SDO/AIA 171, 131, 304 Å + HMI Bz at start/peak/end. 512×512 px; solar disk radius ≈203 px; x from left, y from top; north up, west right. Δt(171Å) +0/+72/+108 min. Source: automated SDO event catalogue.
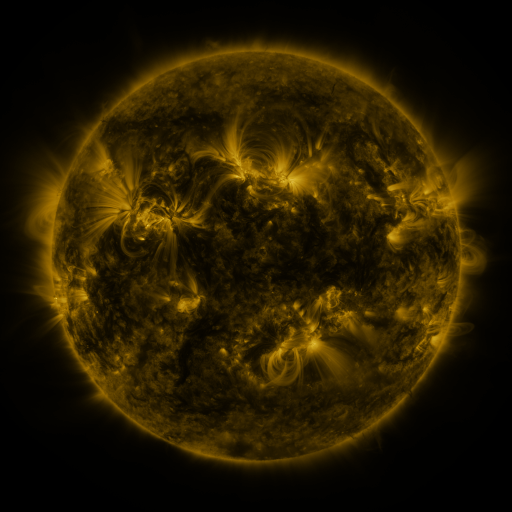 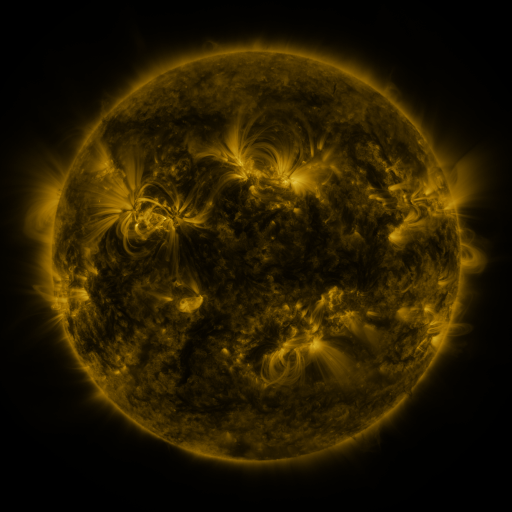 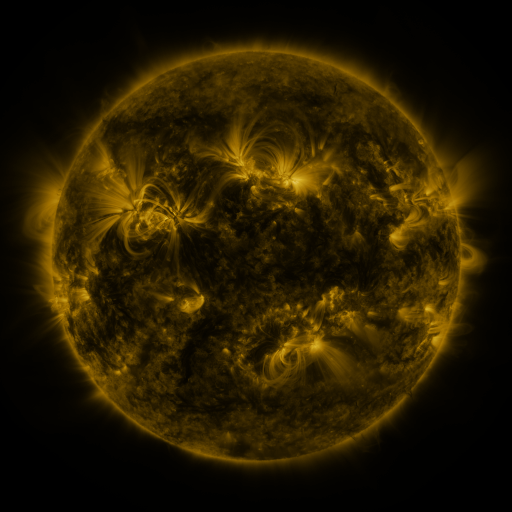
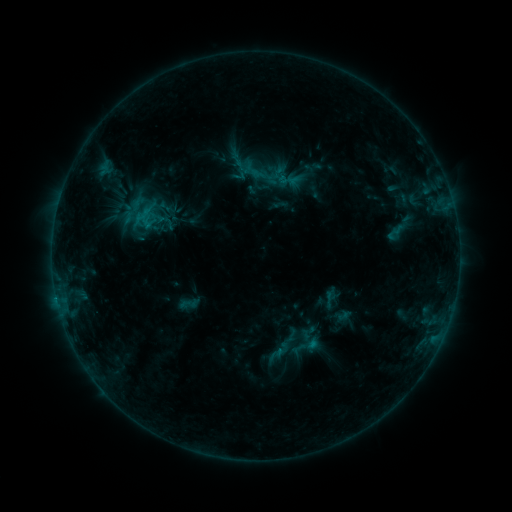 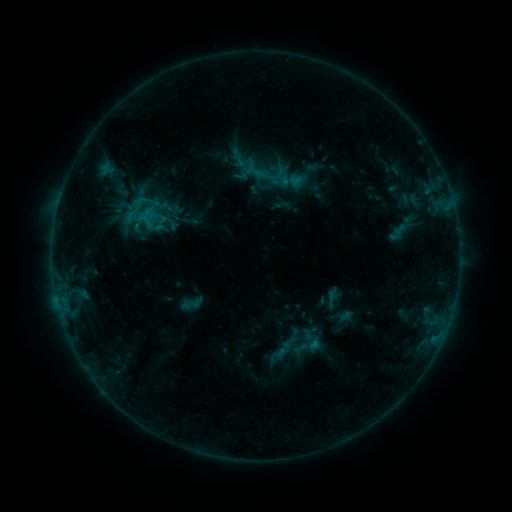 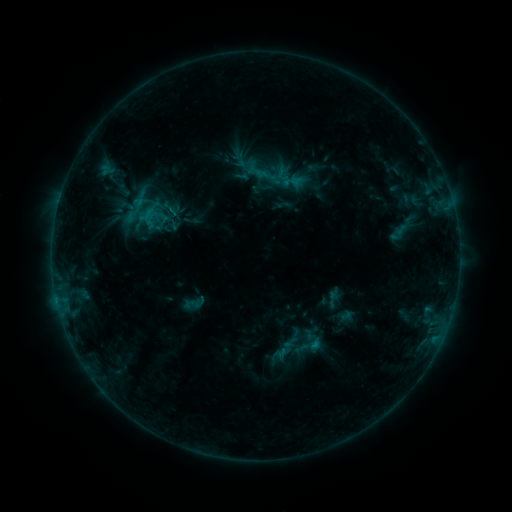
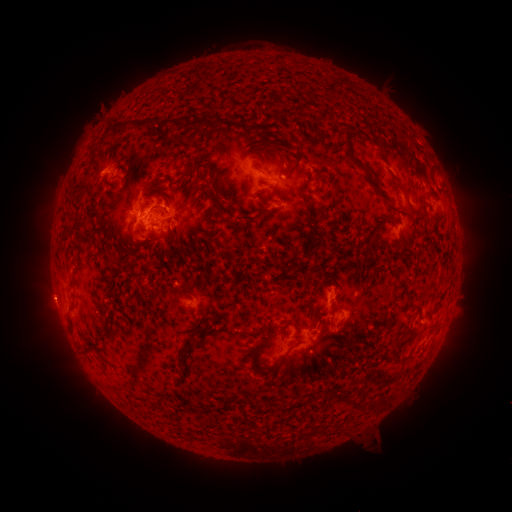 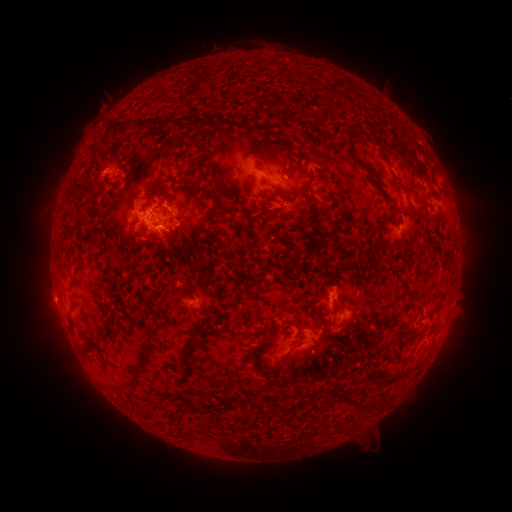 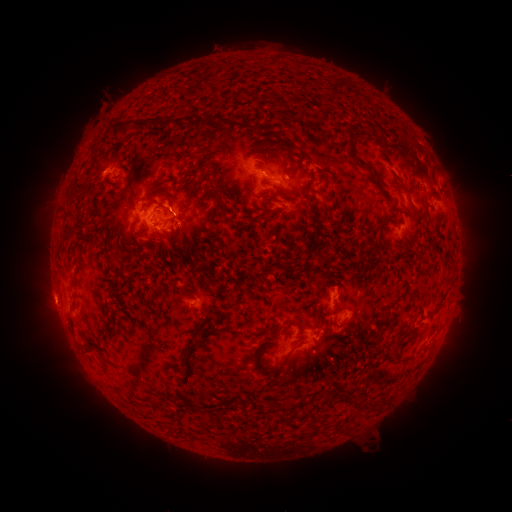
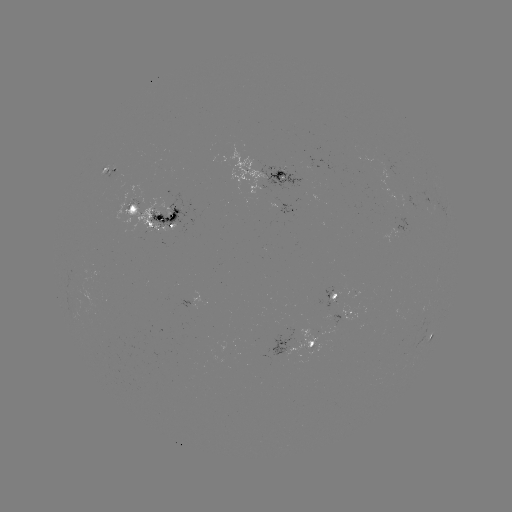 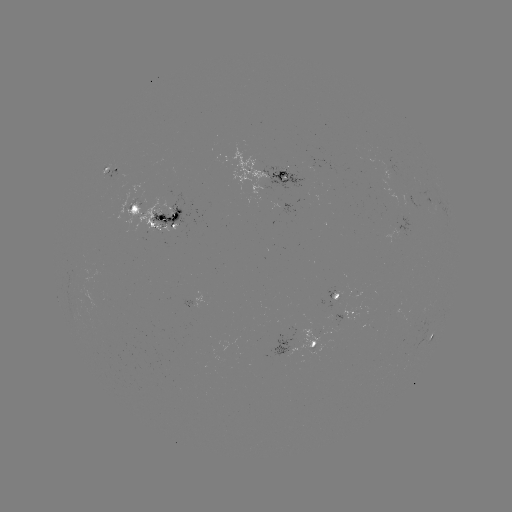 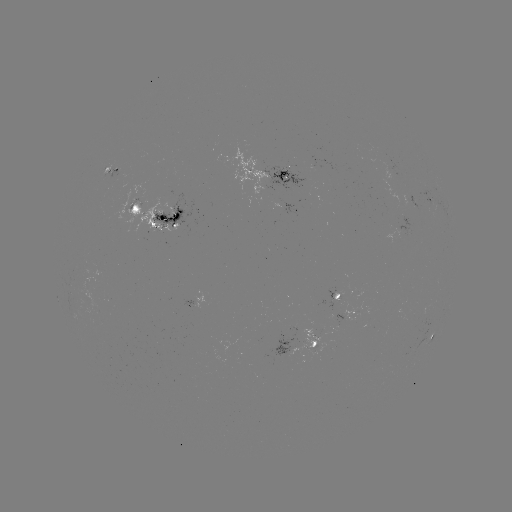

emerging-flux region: (77, 290, 100, 315)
